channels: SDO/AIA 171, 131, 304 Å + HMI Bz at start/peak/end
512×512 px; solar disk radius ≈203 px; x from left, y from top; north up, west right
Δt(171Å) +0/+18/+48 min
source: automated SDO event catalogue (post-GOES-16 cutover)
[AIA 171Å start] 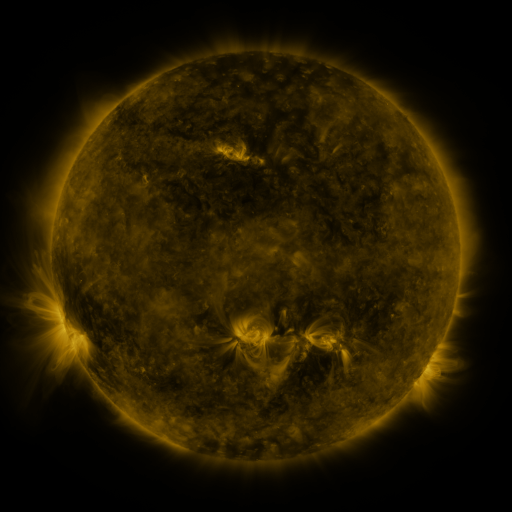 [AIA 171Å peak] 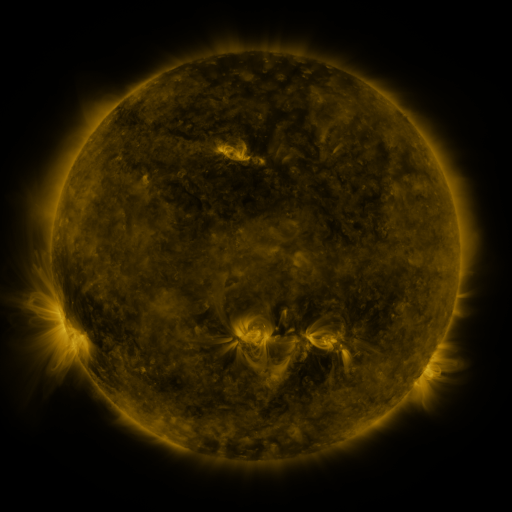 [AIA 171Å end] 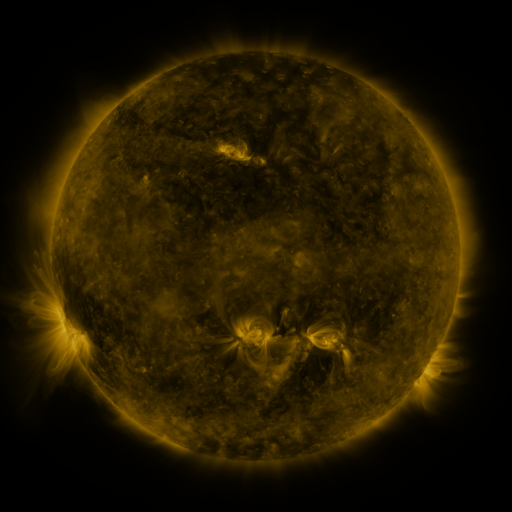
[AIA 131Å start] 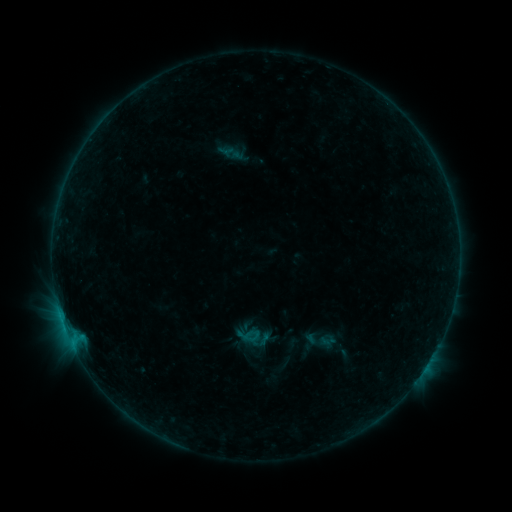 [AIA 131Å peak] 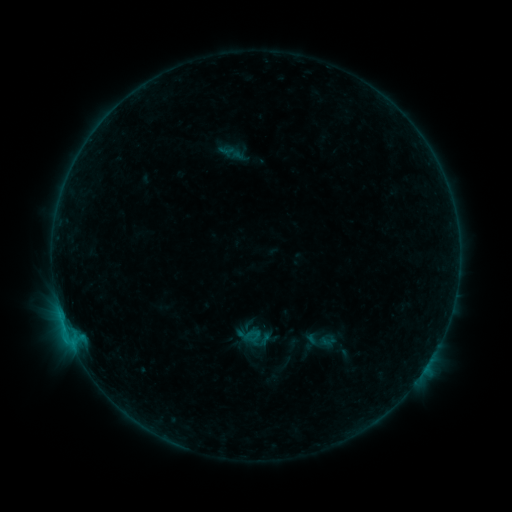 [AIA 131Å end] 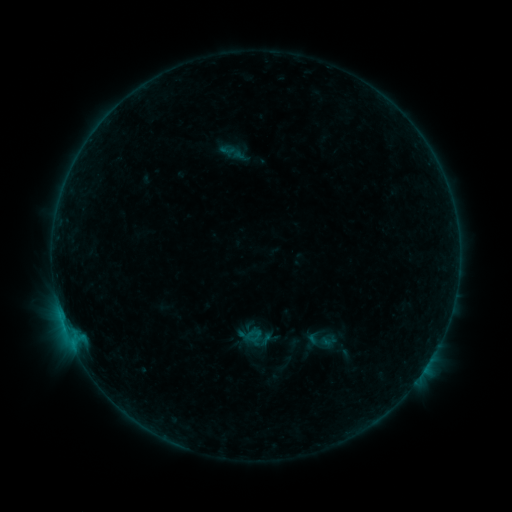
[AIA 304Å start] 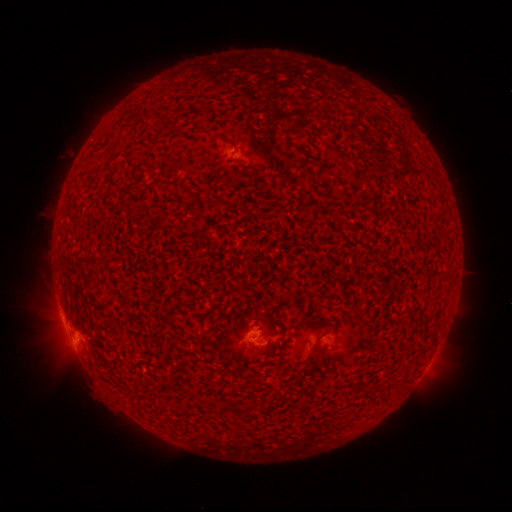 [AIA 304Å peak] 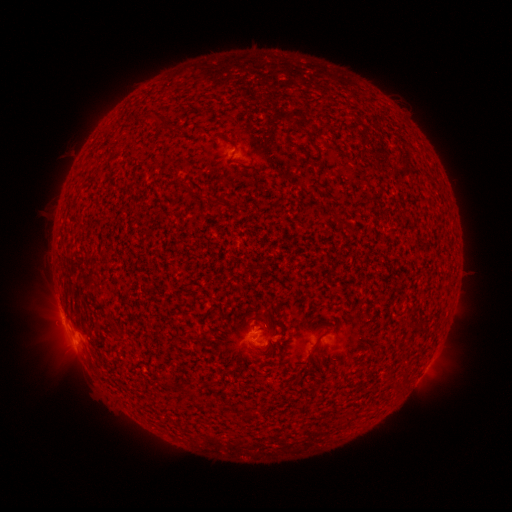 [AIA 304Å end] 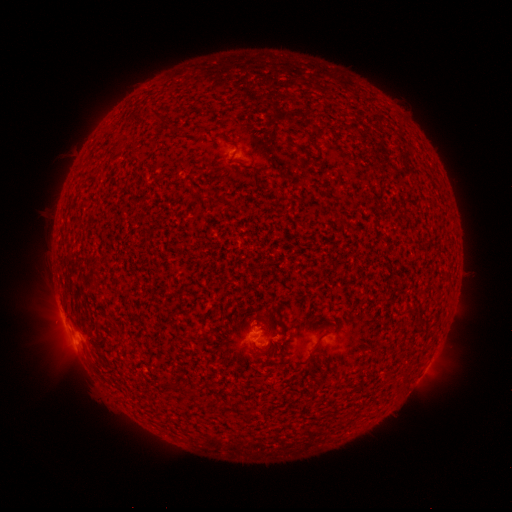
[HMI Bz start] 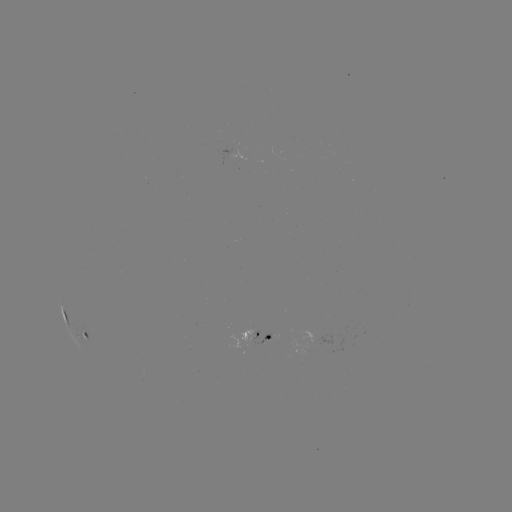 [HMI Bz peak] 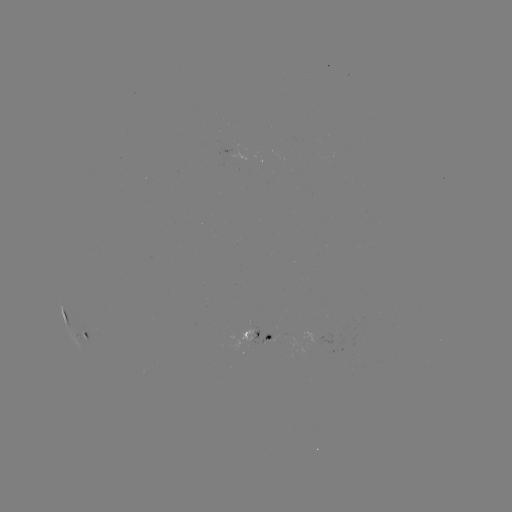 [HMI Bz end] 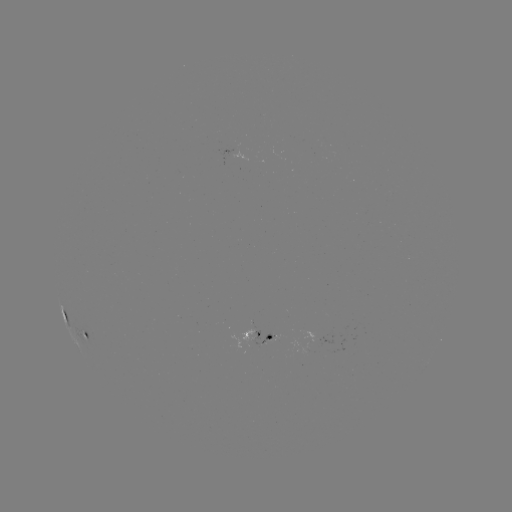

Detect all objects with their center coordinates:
B5.6 flare: (70, 338)
